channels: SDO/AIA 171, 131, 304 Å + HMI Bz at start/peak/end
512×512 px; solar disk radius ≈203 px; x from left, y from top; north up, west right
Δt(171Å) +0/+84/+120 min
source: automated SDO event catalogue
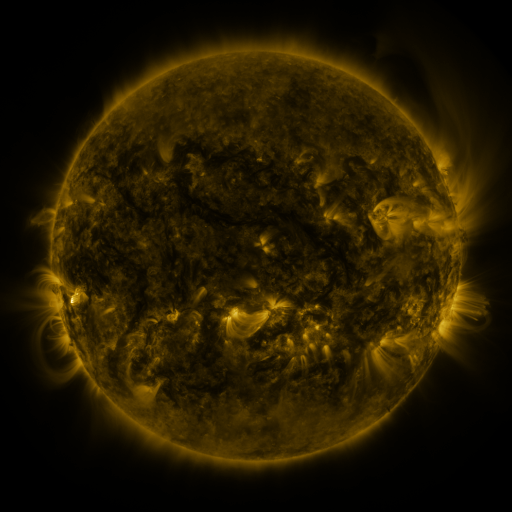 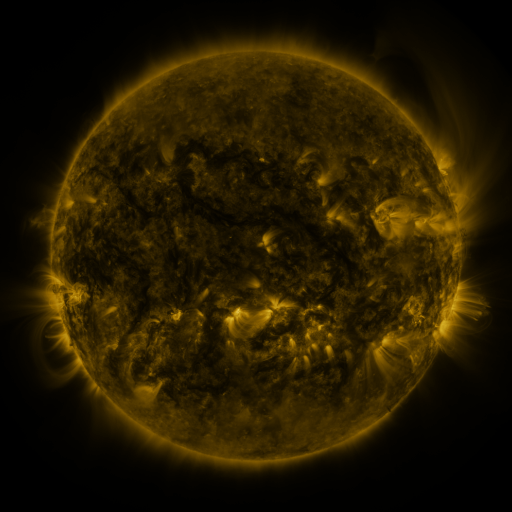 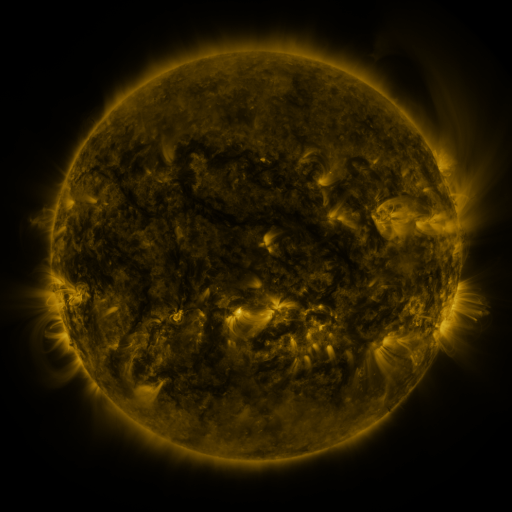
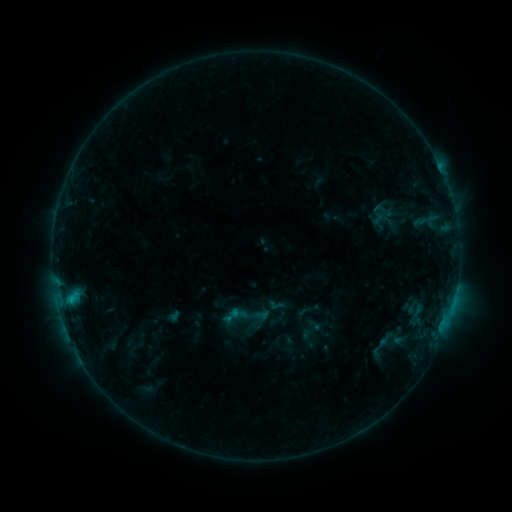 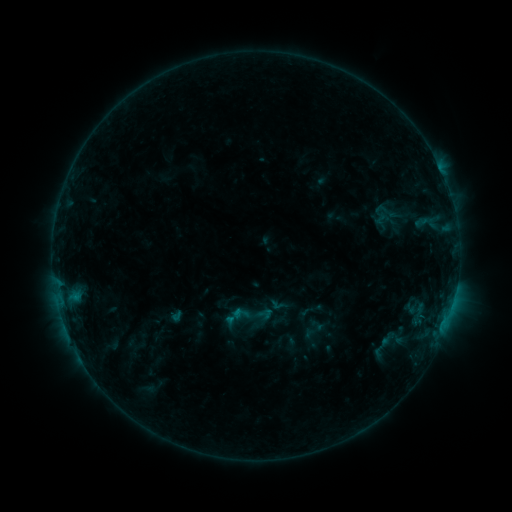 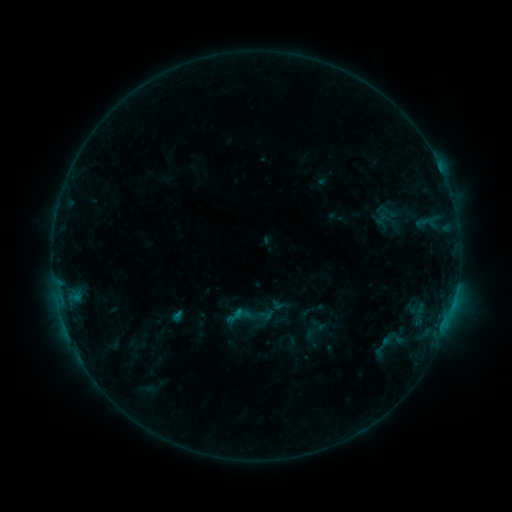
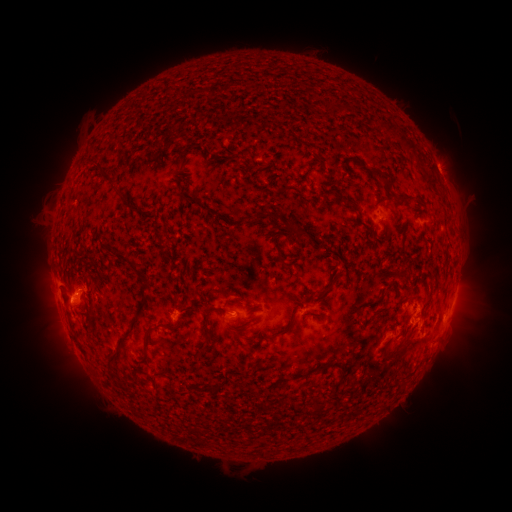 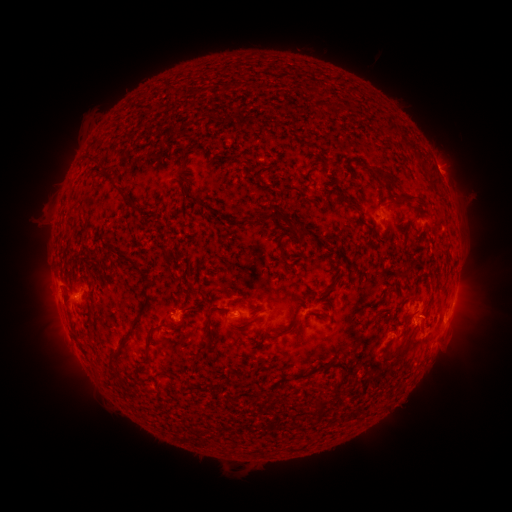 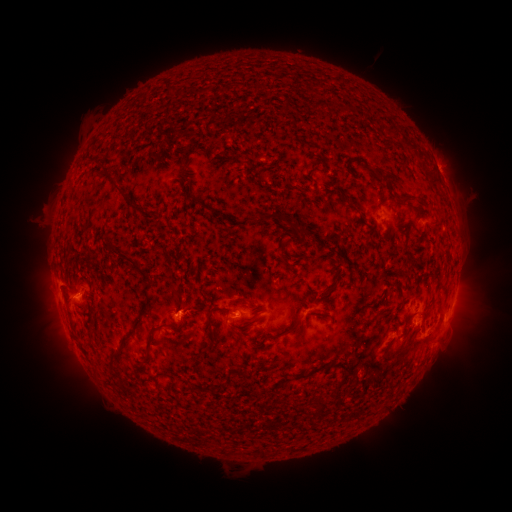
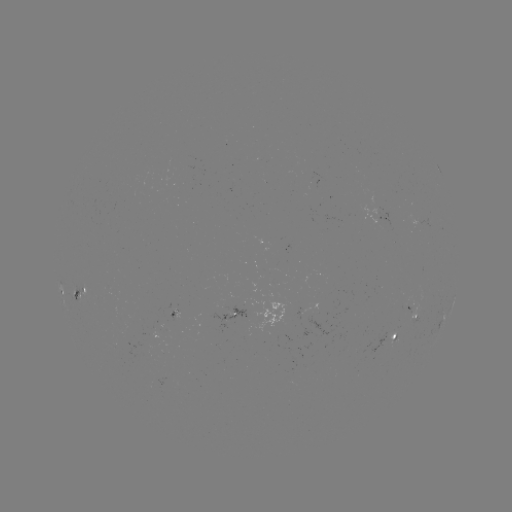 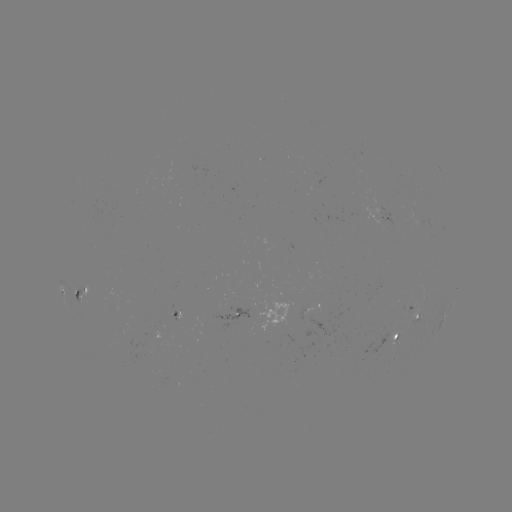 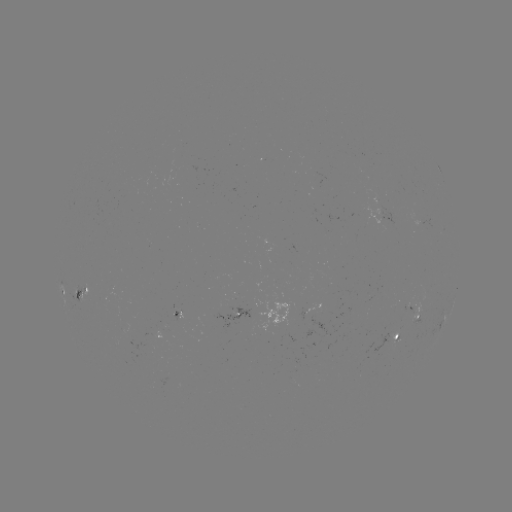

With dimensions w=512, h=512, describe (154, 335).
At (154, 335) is emerging-flux region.